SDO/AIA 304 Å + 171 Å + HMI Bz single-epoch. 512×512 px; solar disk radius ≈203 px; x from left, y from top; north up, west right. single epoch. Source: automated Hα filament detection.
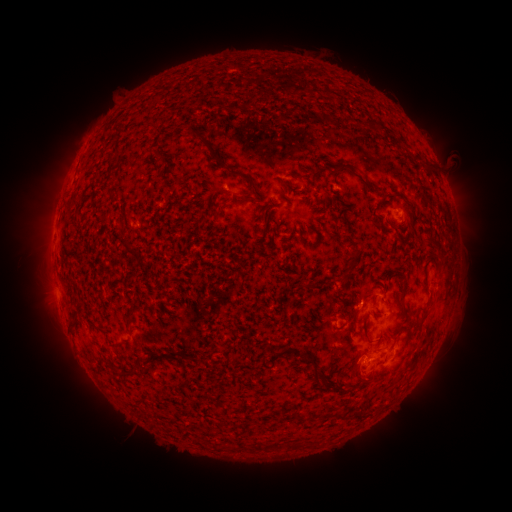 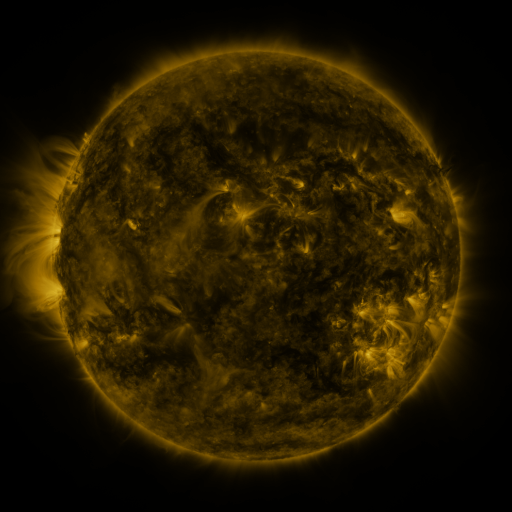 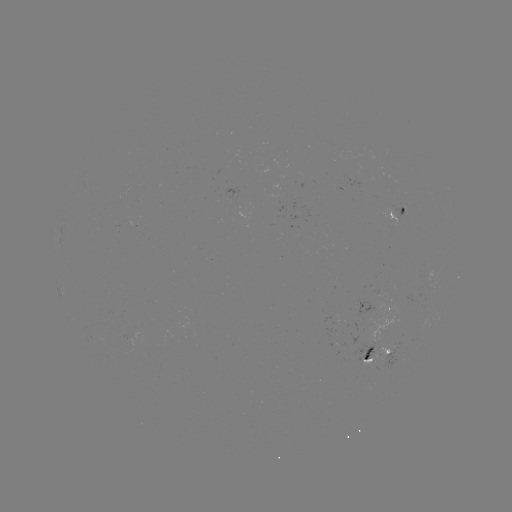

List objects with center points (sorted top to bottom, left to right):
filament: (246, 102)
filament: (197, 136)
filament: (213, 157)
filament: (338, 166)
filament: (294, 175)
filament: (243, 178)
filament: (373, 184)
filament: (242, 199)
filament: (123, 216)
filament: (398, 235)
filament: (431, 238)
filament: (348, 272)
filament: (403, 293)
filament: (80, 309)
filament: (132, 318)
filament: (75, 327)
filament: (366, 330)
filament: (271, 349)
filament: (297, 353)
filament: (316, 365)
filament: (116, 371)
filament: (130, 373)
filament: (367, 380)
filament: (261, 446)
